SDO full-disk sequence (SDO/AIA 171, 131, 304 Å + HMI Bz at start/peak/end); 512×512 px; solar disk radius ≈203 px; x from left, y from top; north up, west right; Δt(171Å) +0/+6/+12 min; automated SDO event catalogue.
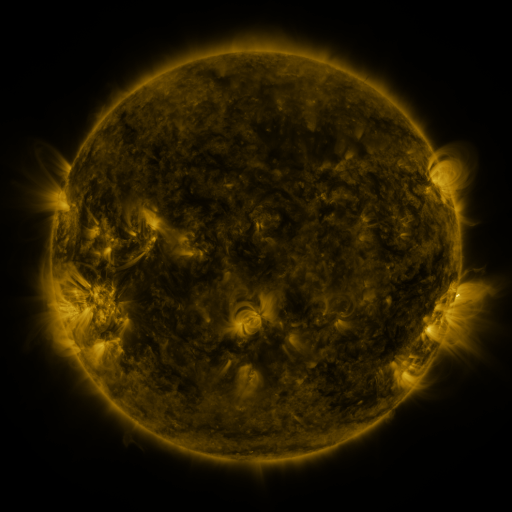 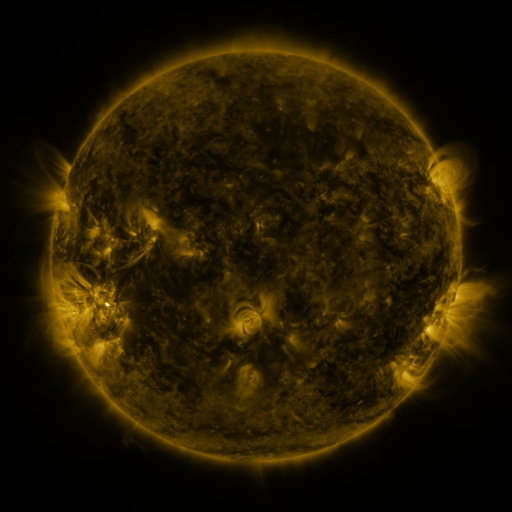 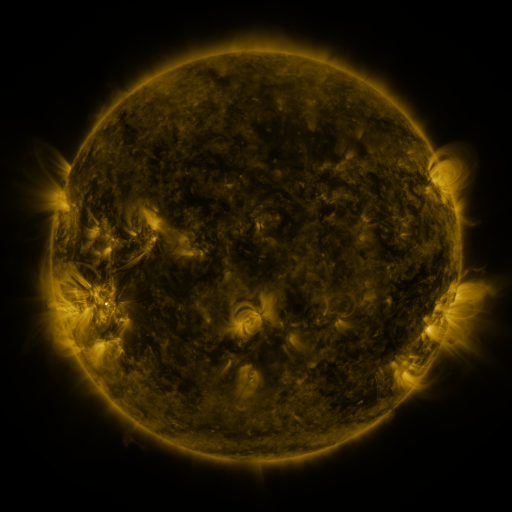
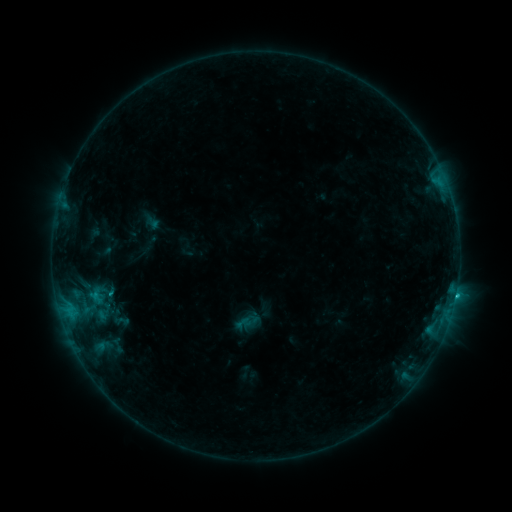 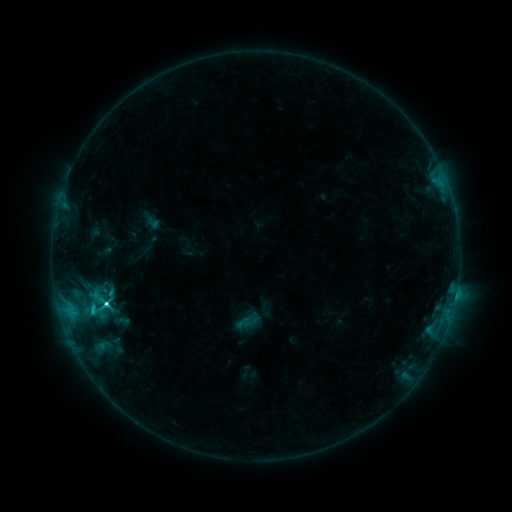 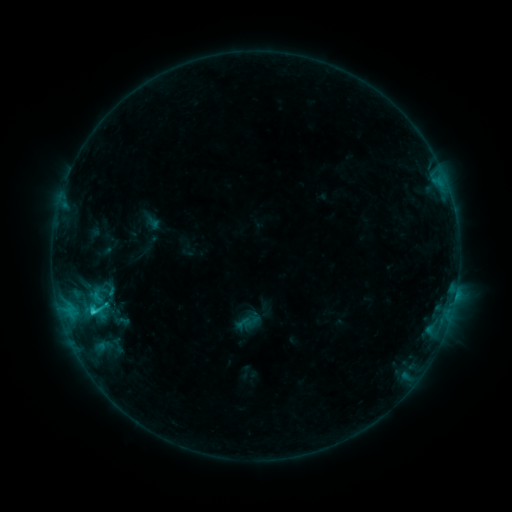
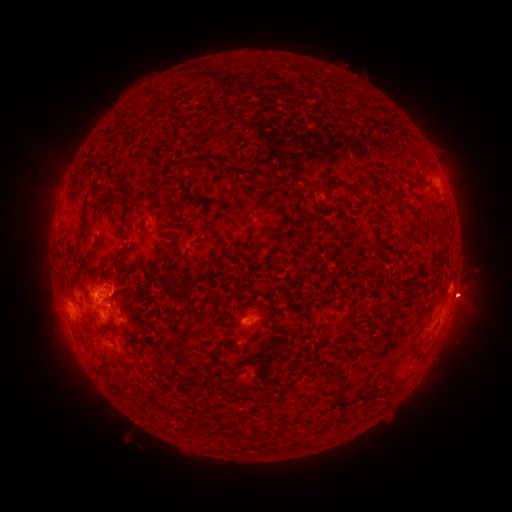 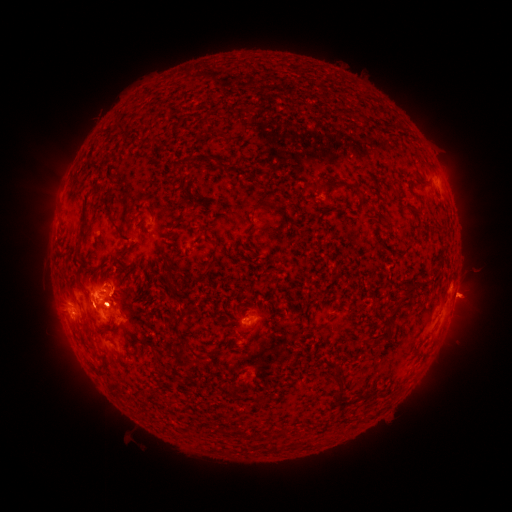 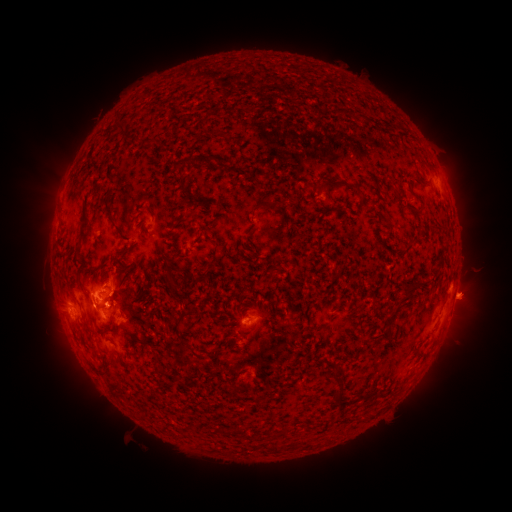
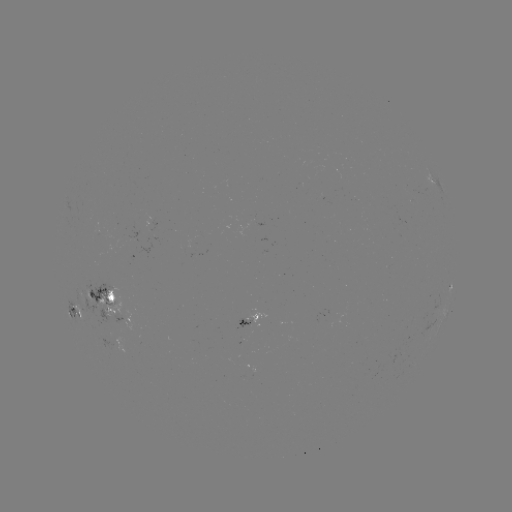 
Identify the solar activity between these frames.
eruption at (48, 207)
